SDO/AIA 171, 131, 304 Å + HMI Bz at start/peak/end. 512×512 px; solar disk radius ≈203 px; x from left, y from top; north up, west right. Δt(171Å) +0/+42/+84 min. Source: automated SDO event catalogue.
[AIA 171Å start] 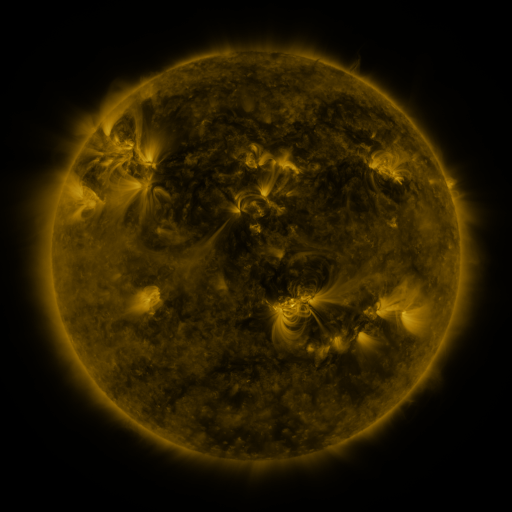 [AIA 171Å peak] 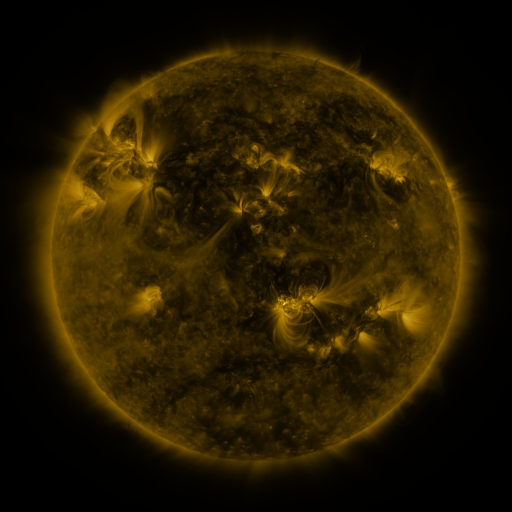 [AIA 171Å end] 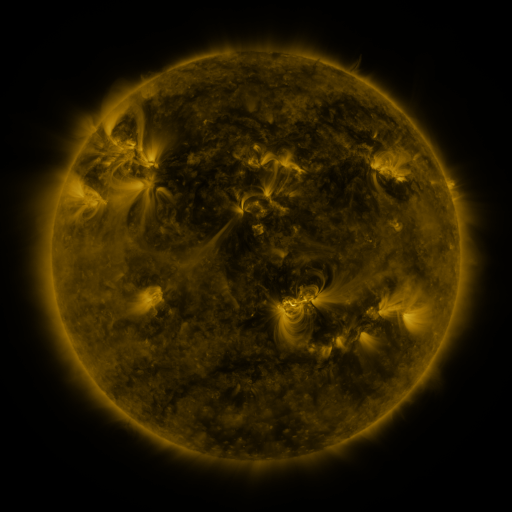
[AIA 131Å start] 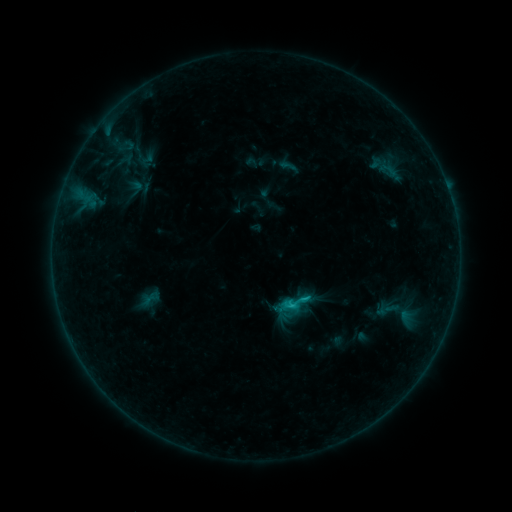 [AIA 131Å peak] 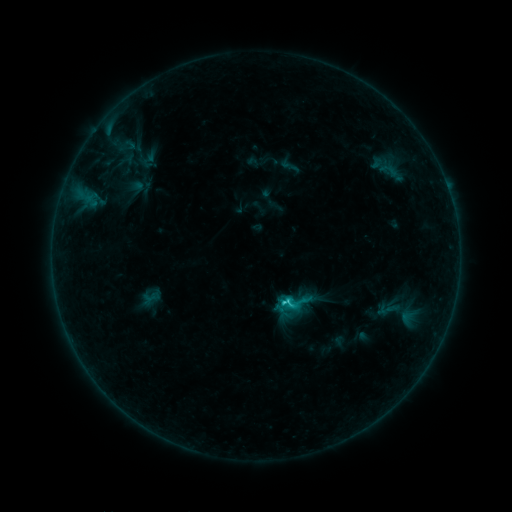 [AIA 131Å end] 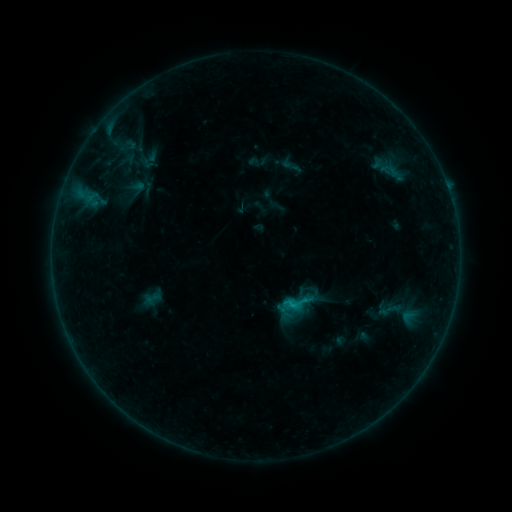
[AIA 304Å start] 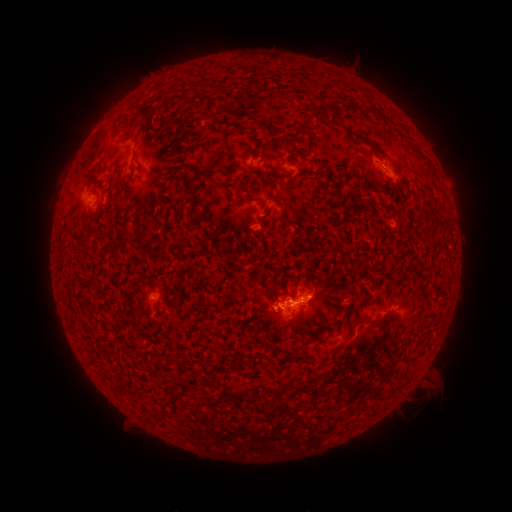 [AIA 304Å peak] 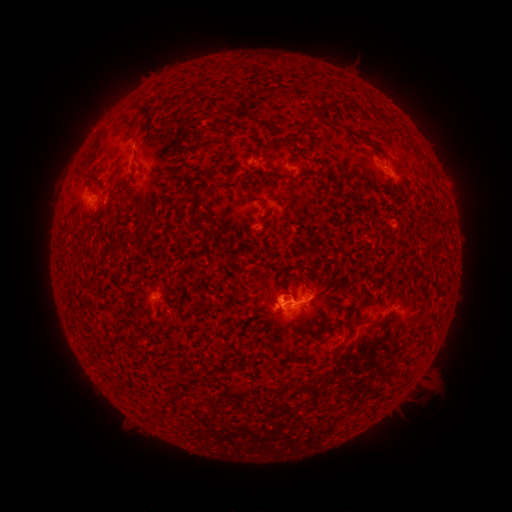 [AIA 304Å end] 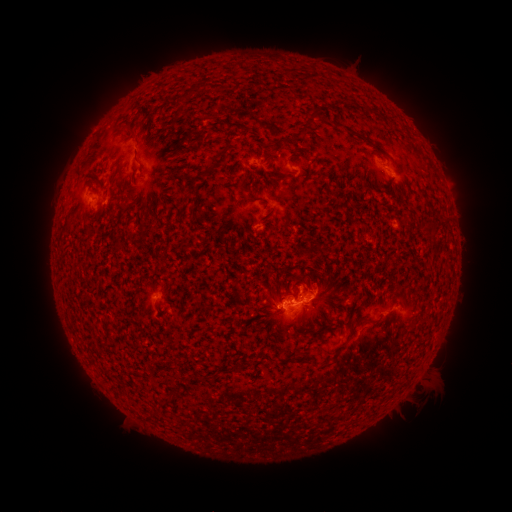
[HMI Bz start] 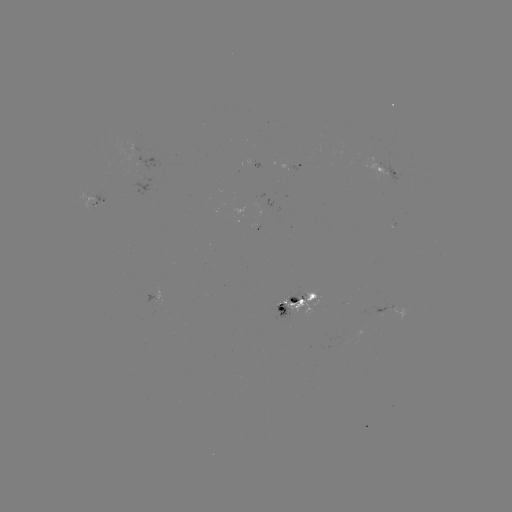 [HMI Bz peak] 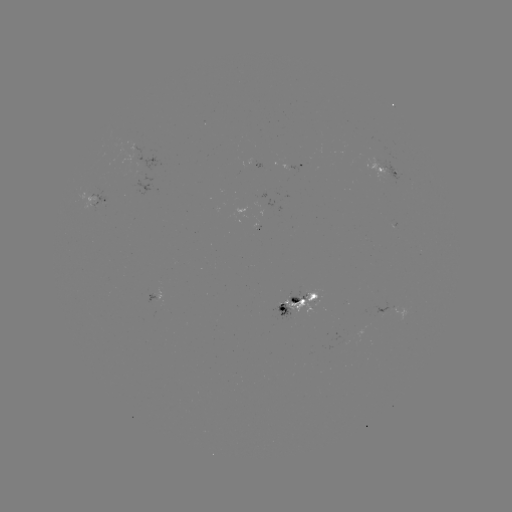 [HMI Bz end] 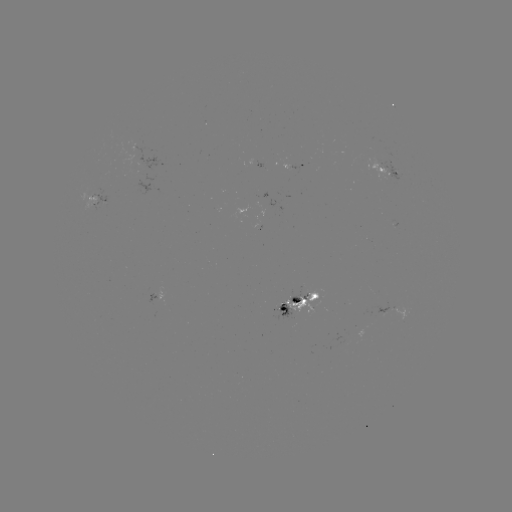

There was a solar filament eruption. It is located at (275, 286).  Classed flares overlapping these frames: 1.